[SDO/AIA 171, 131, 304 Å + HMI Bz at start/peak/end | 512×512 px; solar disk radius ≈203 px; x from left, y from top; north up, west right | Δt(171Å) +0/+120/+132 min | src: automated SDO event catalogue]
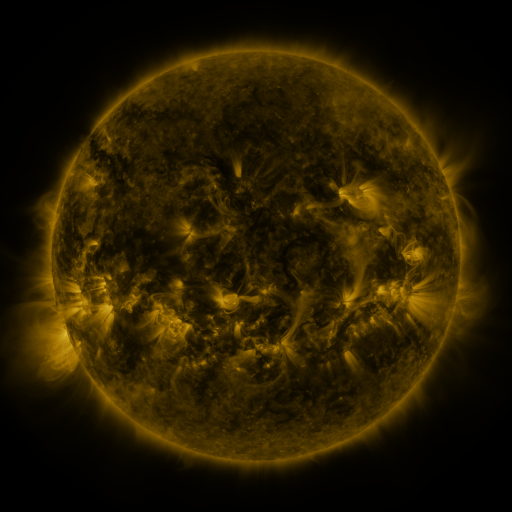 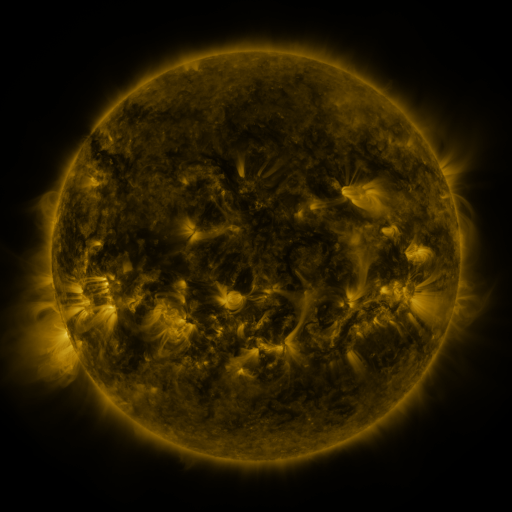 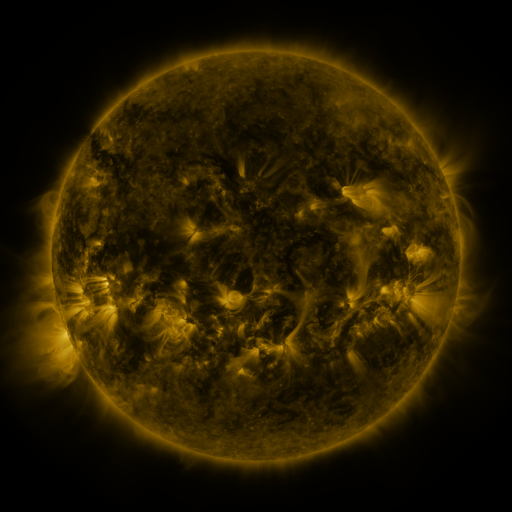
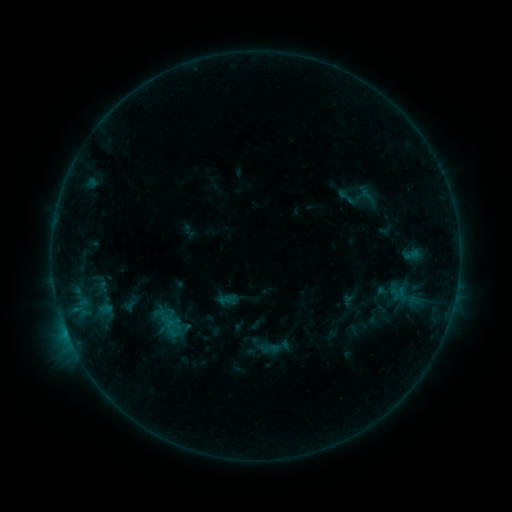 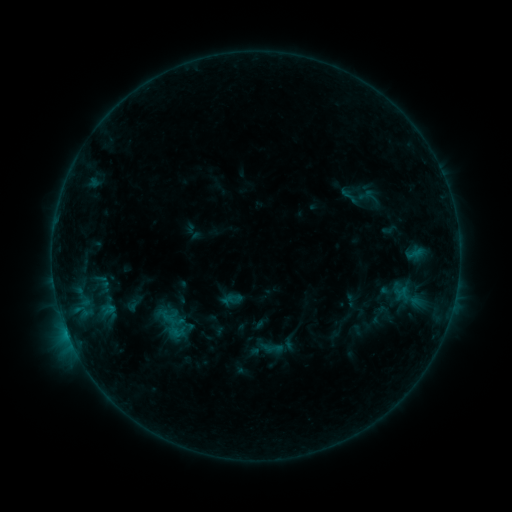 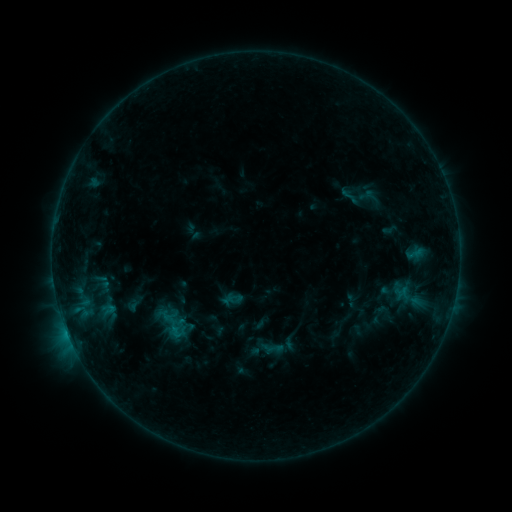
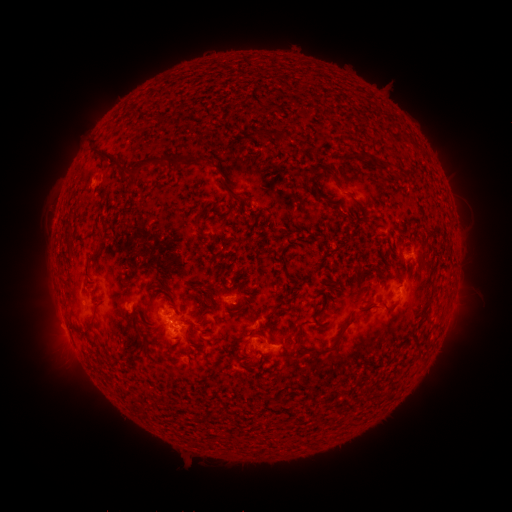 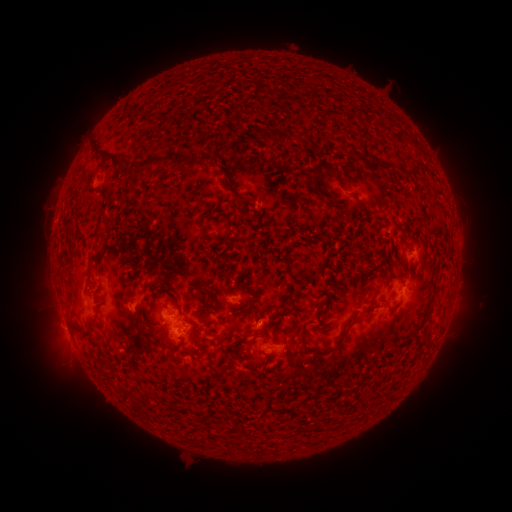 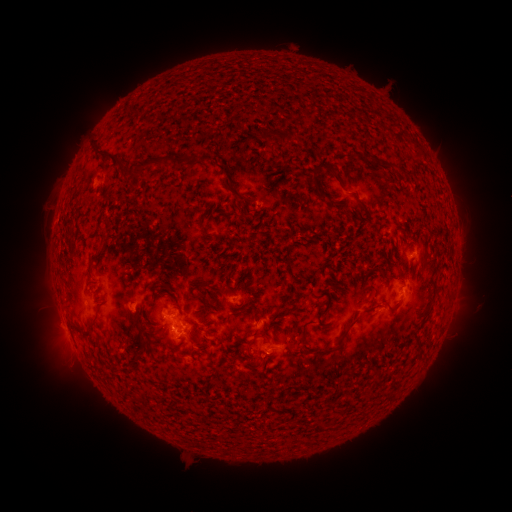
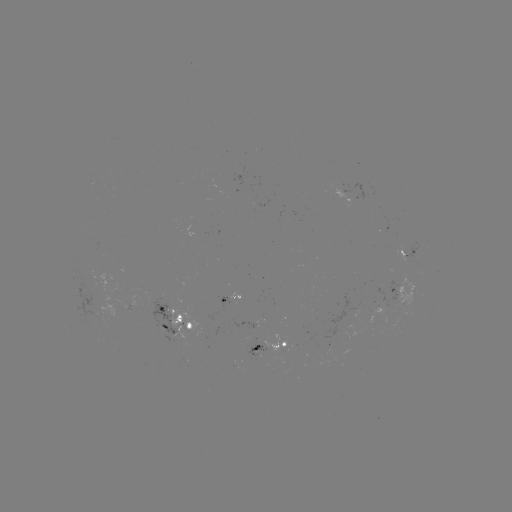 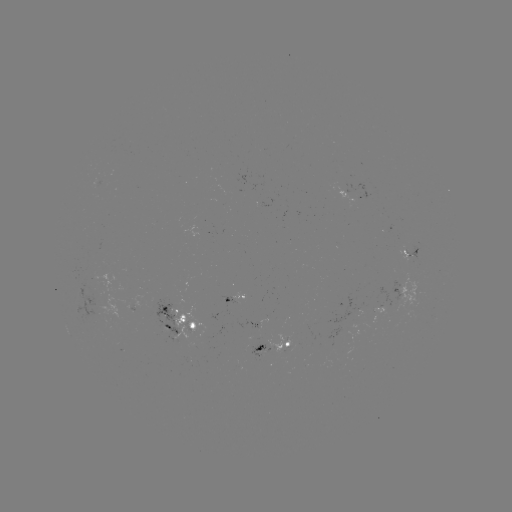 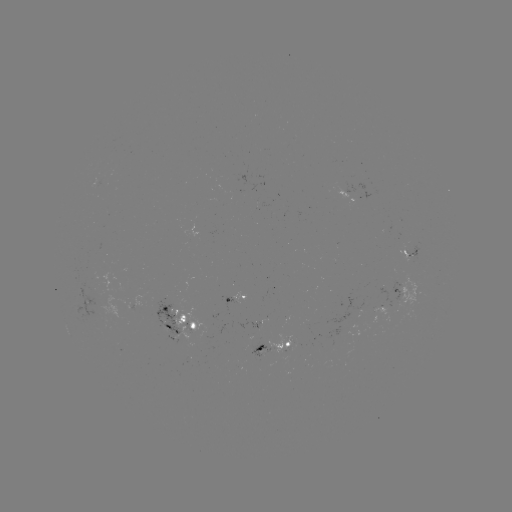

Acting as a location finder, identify emerging-flux region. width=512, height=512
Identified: (256, 322).